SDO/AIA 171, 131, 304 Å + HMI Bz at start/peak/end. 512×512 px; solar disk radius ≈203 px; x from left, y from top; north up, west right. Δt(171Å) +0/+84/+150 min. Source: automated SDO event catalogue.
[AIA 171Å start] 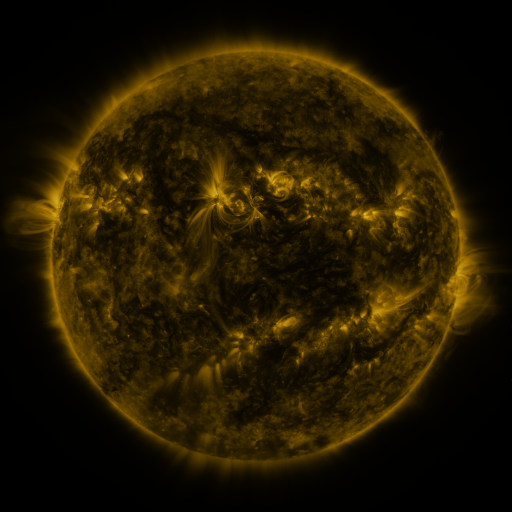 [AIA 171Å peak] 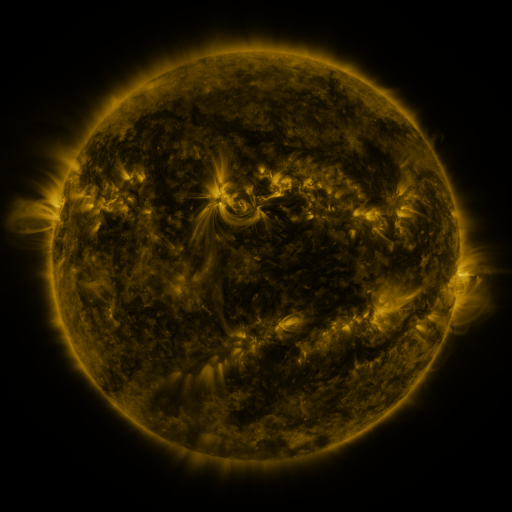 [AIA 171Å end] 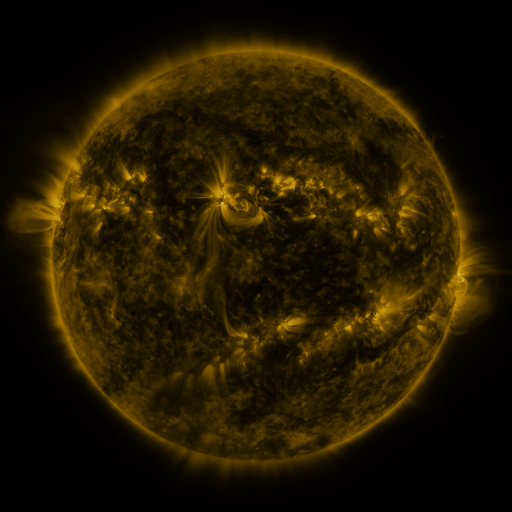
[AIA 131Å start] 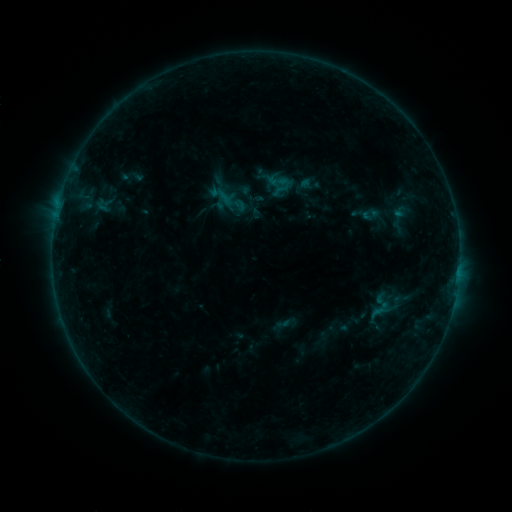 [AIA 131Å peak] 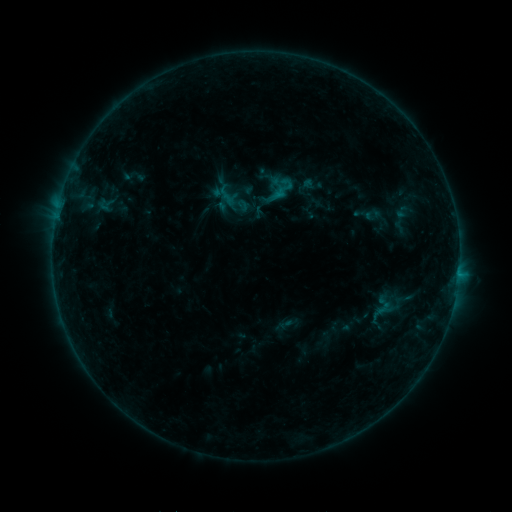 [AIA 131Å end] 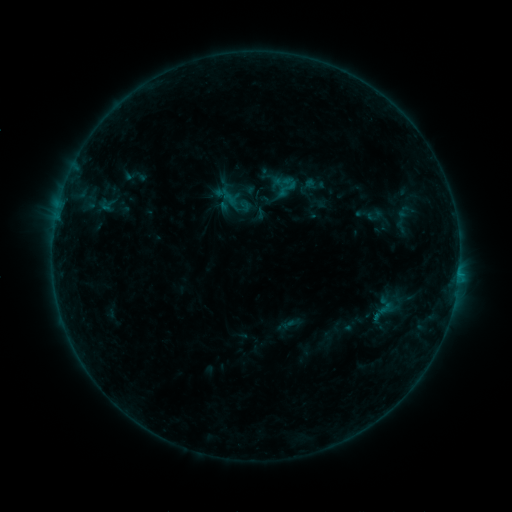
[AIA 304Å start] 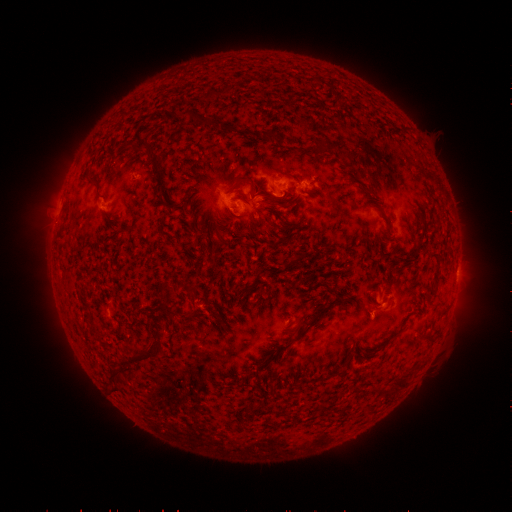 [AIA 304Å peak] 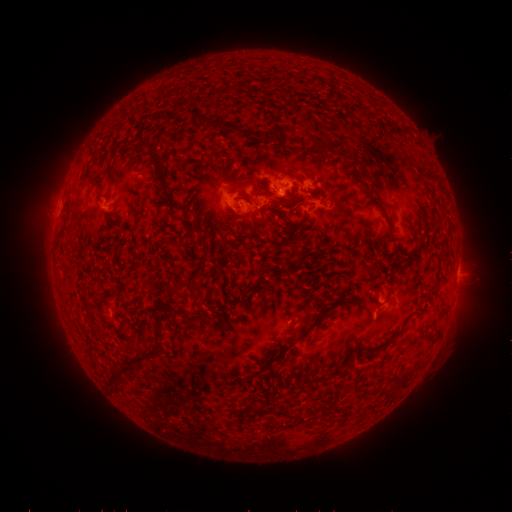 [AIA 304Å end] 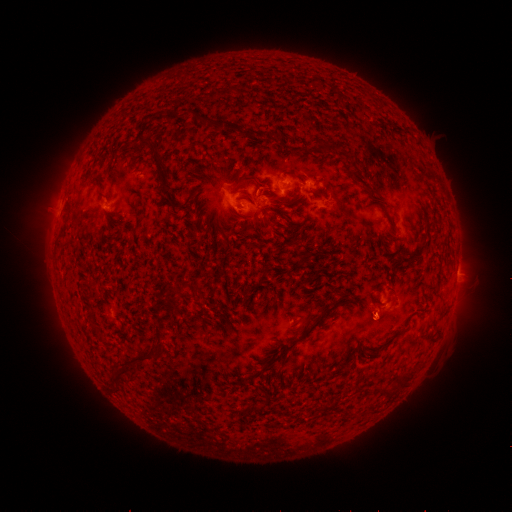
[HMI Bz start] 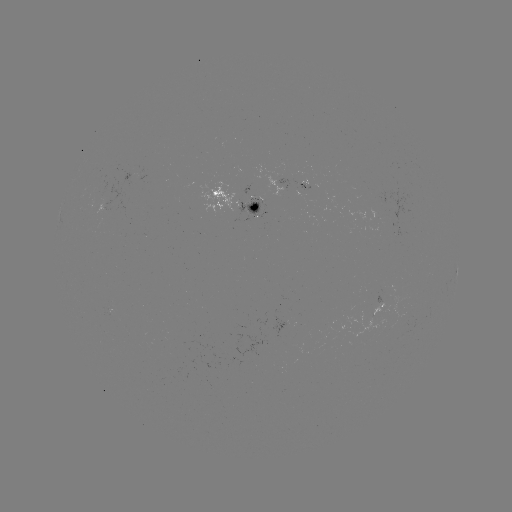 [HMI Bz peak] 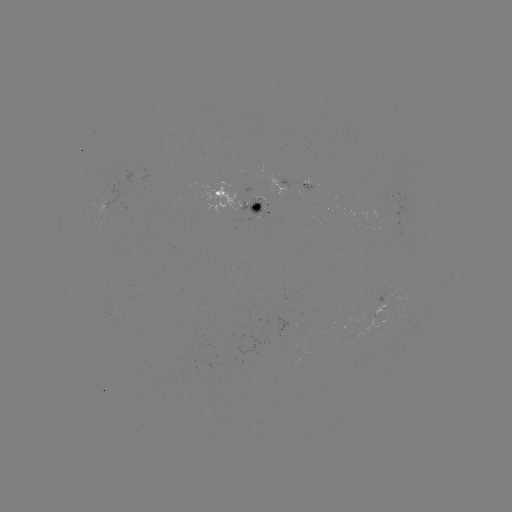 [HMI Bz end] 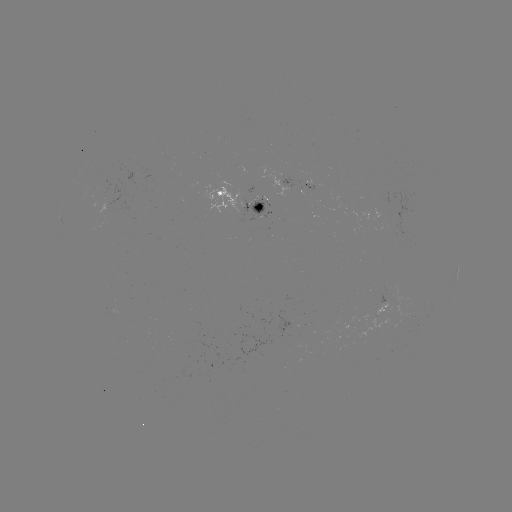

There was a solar flare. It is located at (279, 195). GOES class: B7.3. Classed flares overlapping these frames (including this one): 3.